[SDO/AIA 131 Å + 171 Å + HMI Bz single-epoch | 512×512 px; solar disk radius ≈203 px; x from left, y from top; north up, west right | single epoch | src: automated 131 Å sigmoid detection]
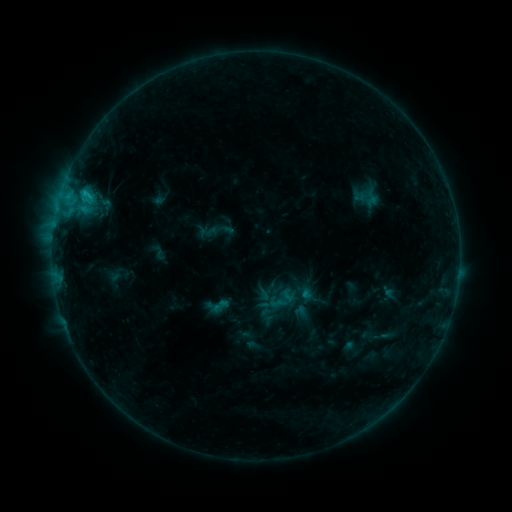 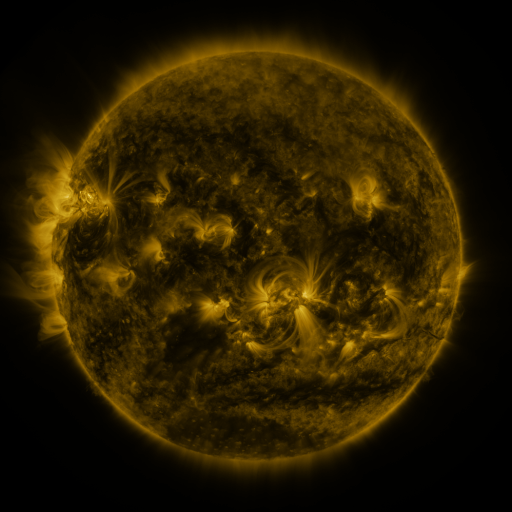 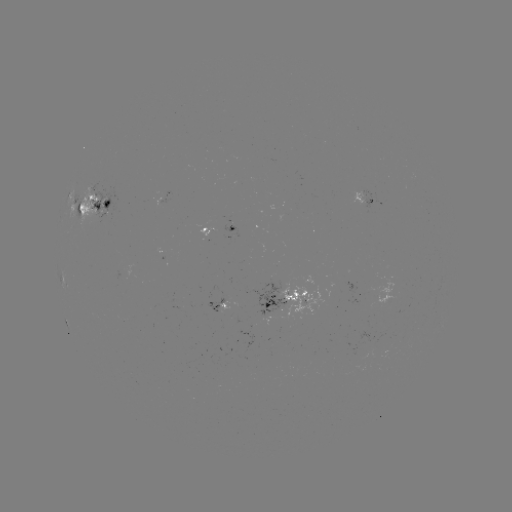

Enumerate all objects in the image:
sigmoid: (277, 302)
